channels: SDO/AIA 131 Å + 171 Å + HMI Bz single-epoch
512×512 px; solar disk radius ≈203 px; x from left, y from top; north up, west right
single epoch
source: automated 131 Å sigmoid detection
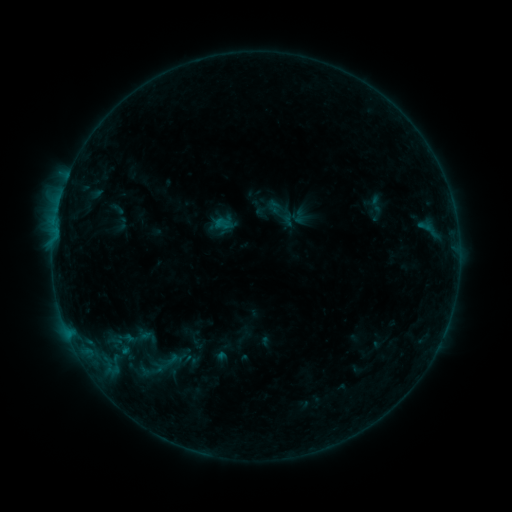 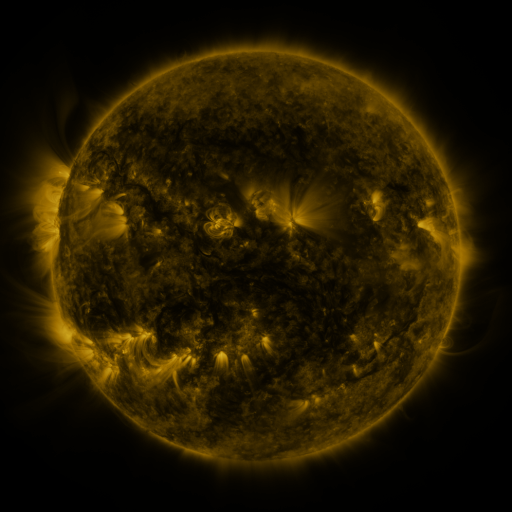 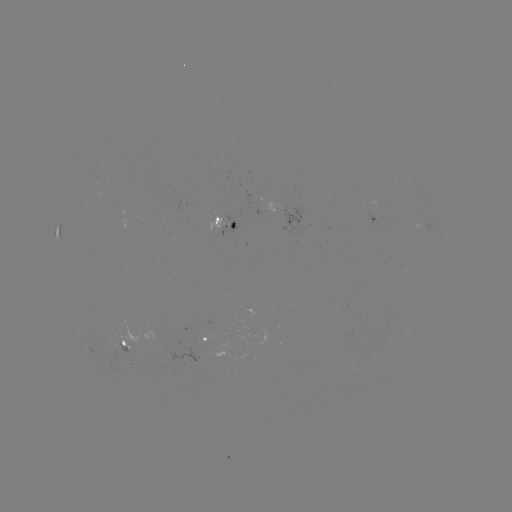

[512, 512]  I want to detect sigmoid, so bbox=[129, 353, 173, 385].